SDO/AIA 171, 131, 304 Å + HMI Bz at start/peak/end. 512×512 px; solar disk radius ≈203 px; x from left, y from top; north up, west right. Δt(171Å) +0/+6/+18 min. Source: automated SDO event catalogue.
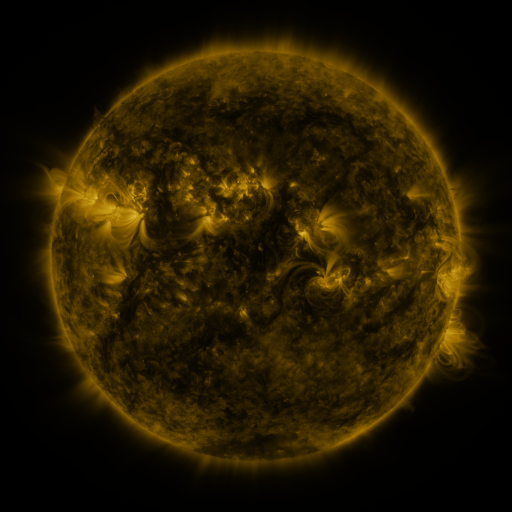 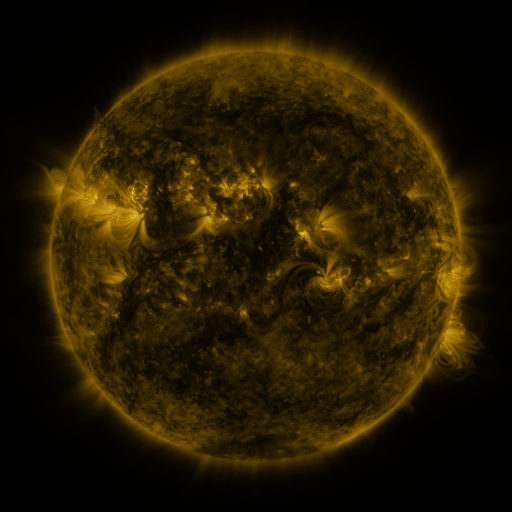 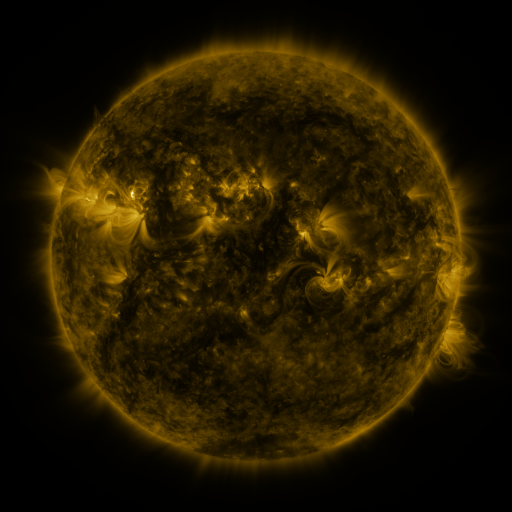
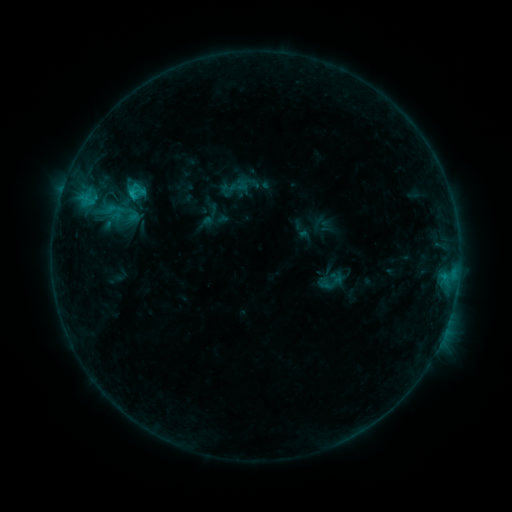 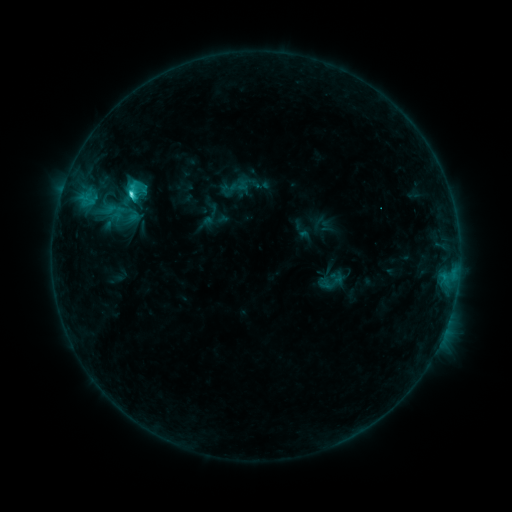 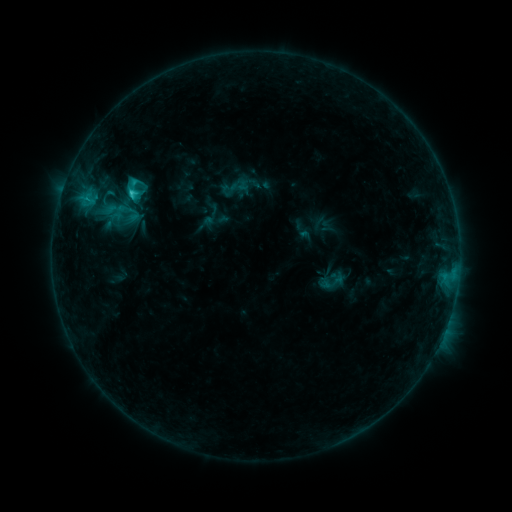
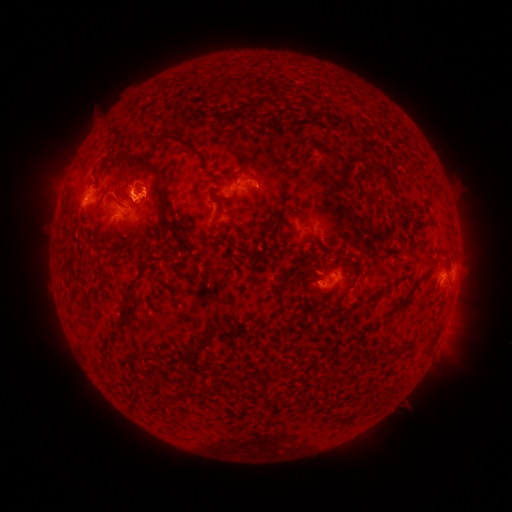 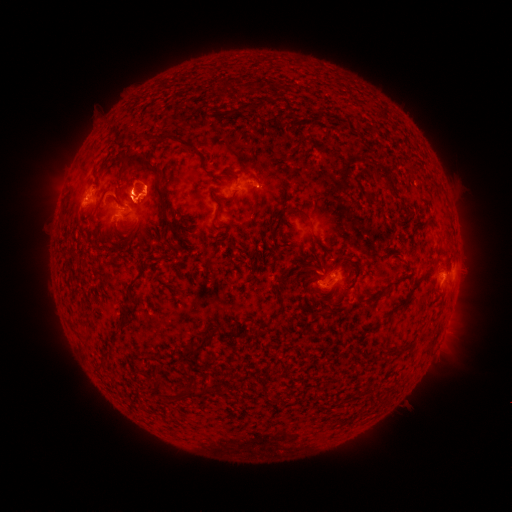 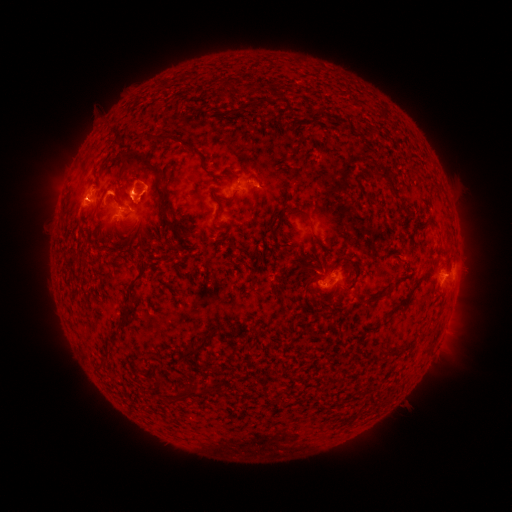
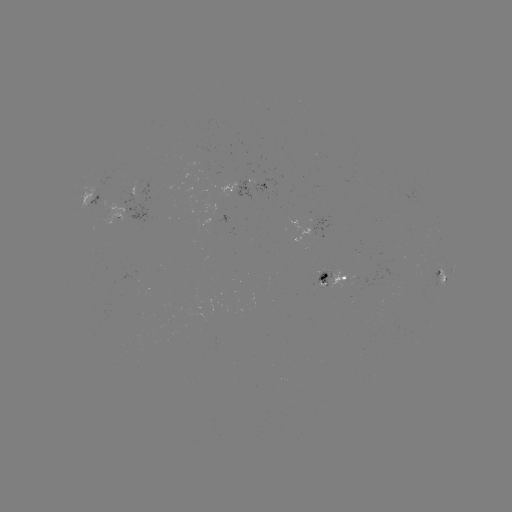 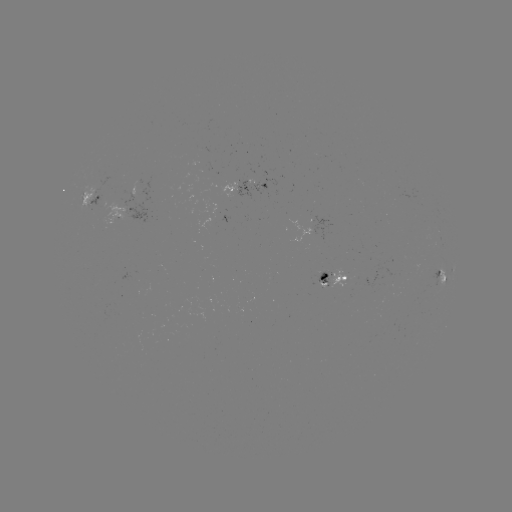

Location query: C2.7 flare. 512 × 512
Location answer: [133, 196].